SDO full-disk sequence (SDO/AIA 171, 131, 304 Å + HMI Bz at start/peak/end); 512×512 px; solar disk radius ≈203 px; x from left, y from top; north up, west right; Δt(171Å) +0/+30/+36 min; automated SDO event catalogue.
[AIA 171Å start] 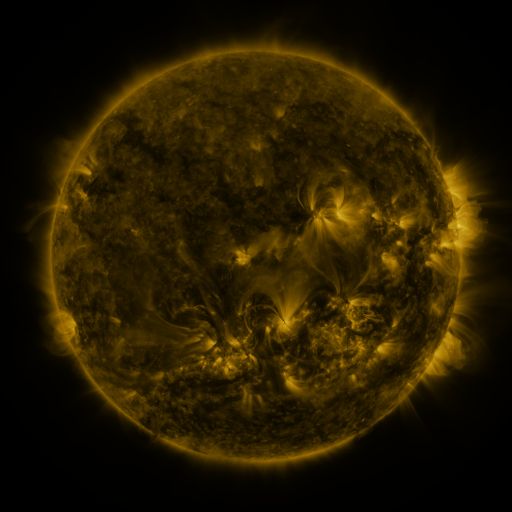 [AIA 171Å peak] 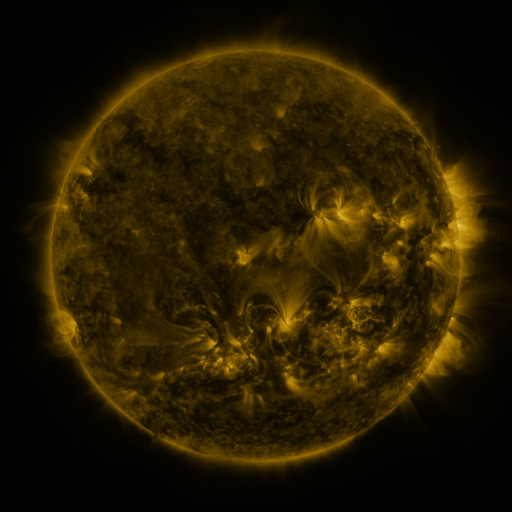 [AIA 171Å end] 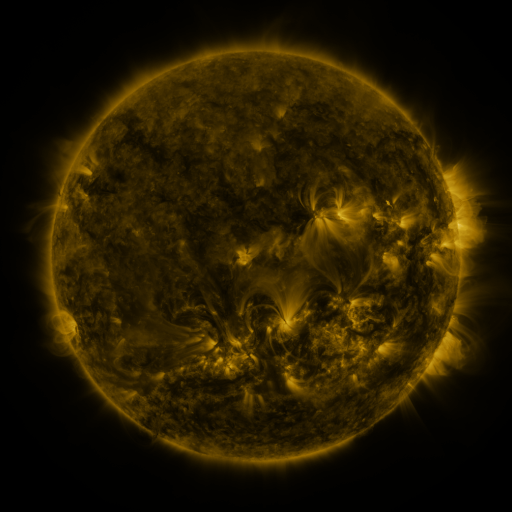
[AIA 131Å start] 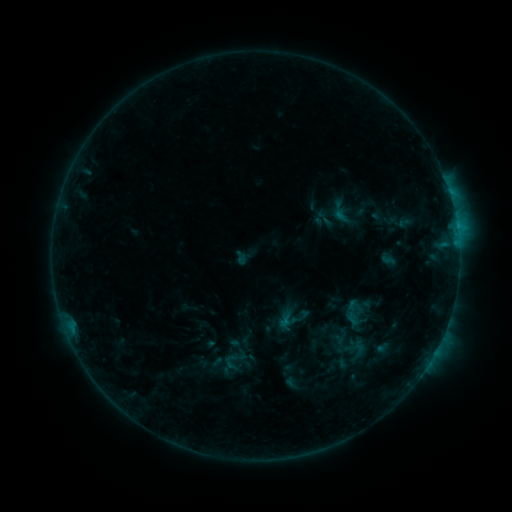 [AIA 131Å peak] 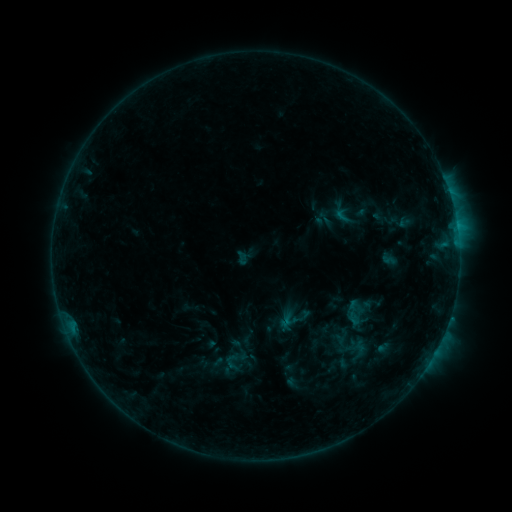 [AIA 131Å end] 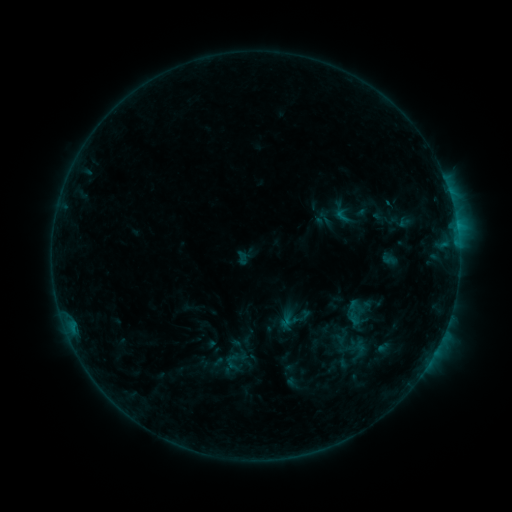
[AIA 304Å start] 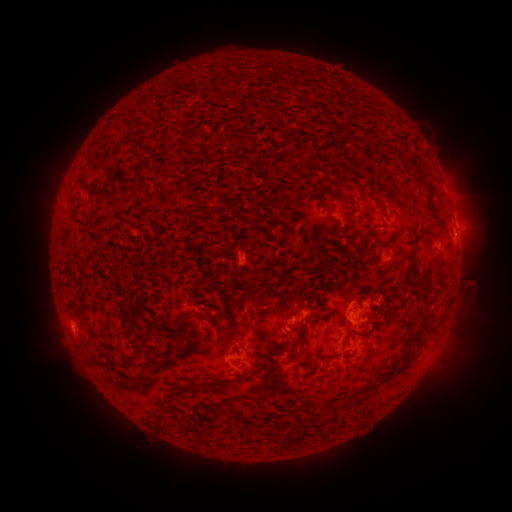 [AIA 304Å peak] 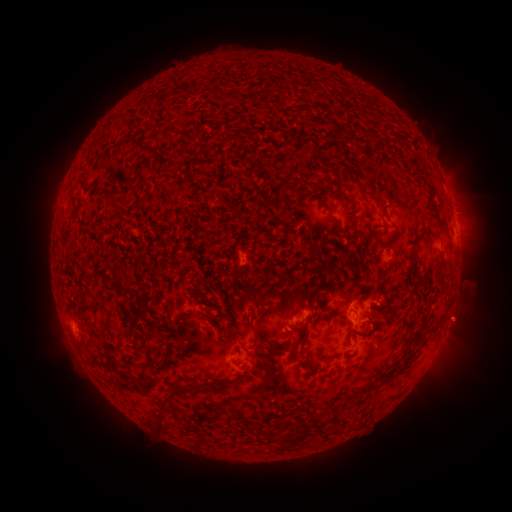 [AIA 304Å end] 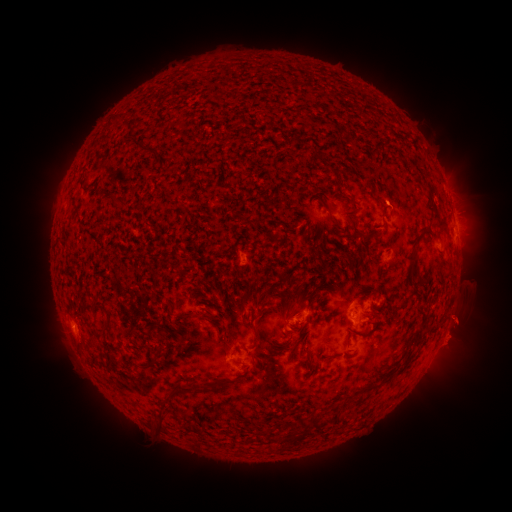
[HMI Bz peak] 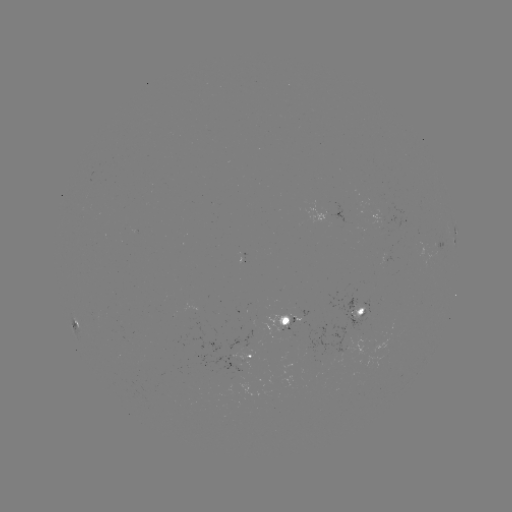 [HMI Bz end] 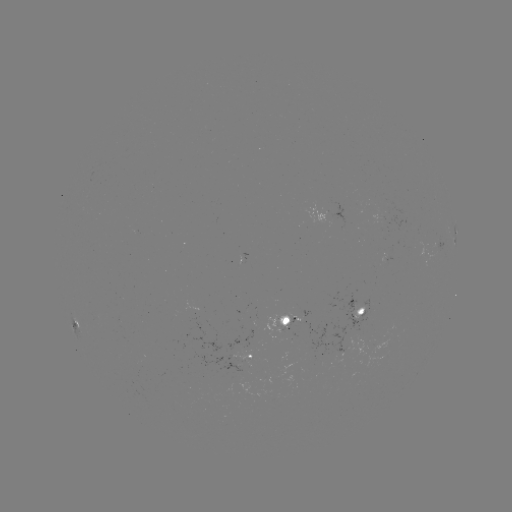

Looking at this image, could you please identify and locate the eruption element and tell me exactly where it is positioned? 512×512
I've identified eruption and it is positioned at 460,333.